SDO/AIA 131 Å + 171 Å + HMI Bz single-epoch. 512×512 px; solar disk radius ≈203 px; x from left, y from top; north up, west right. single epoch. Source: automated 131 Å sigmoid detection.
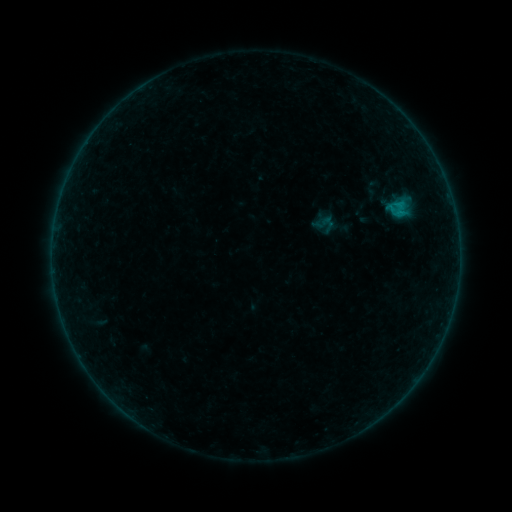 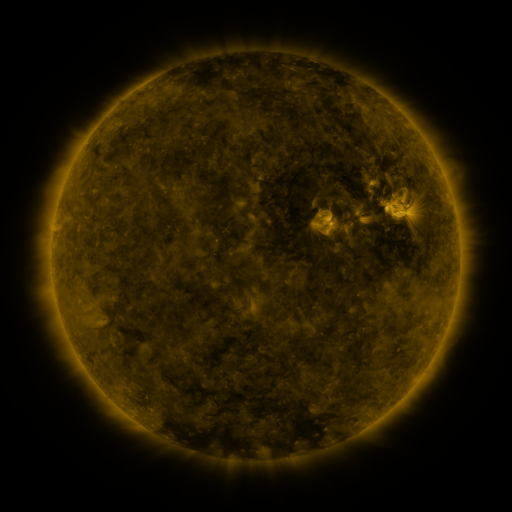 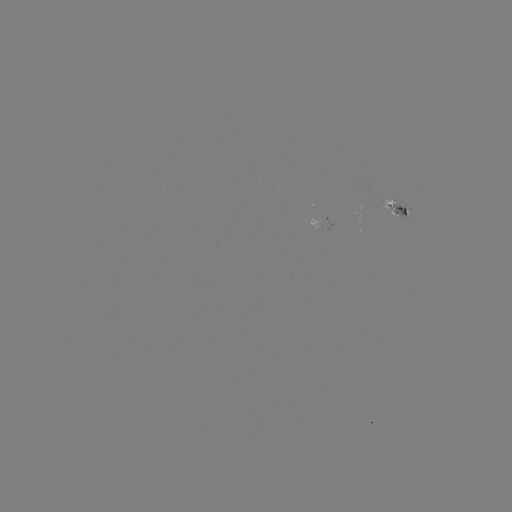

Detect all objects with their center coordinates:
sigmoid: (324, 224)
